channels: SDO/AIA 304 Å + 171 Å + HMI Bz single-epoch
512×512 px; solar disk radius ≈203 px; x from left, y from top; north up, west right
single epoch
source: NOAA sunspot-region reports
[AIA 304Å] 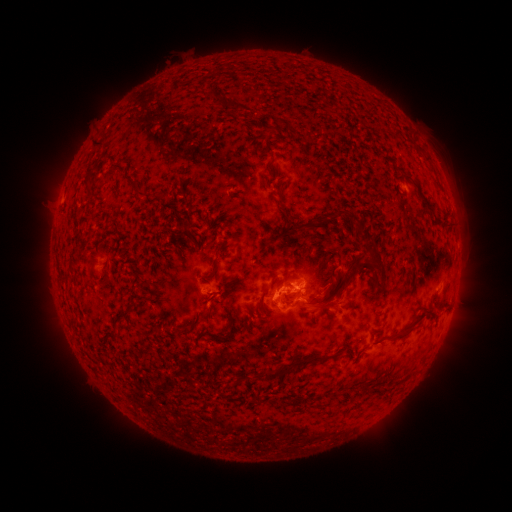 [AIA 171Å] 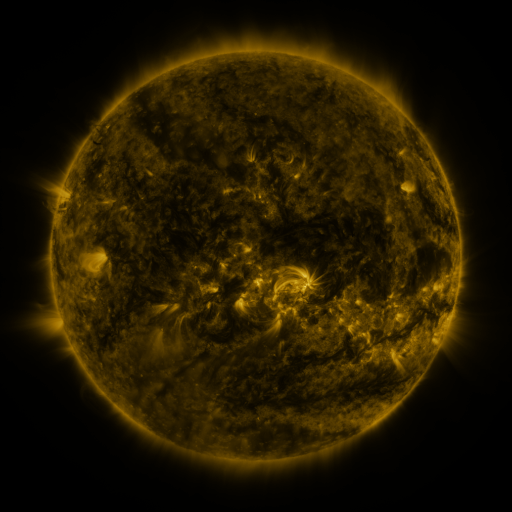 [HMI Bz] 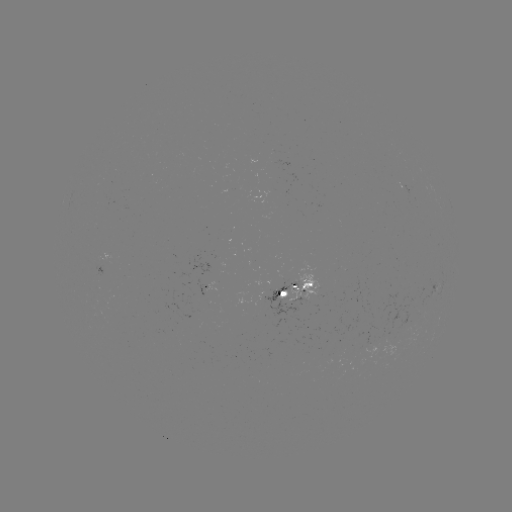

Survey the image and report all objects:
spotted active region: (410, 194)
spotted active region: (108, 263)
spotted active region: (438, 284)
spotted active region: (211, 287)
spotted active region: (299, 291)
